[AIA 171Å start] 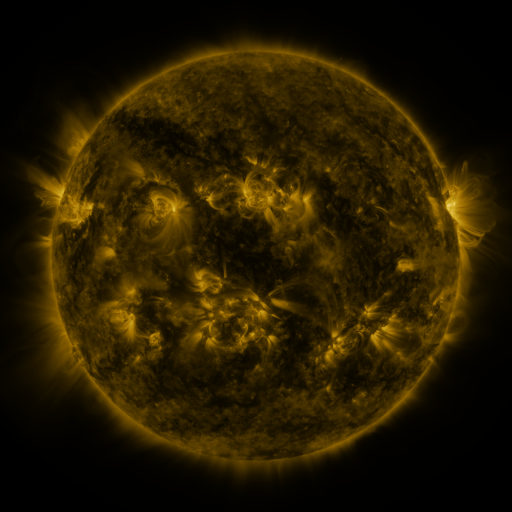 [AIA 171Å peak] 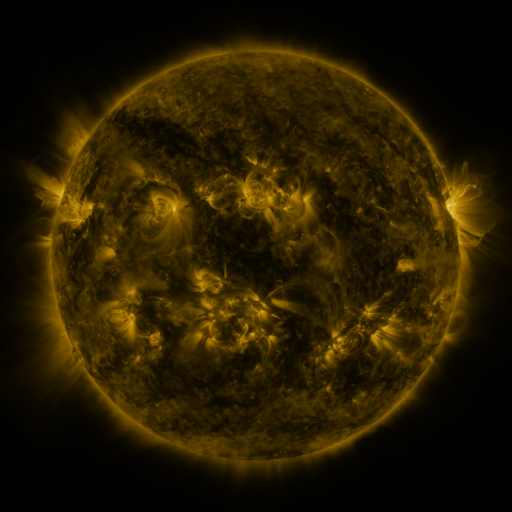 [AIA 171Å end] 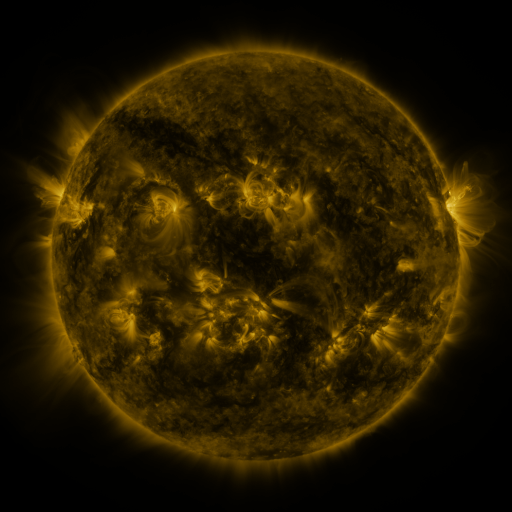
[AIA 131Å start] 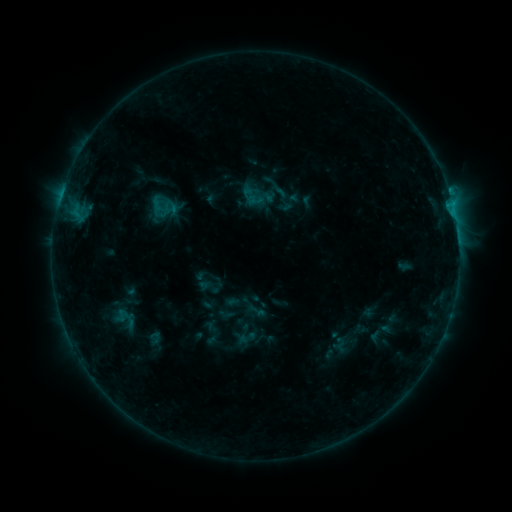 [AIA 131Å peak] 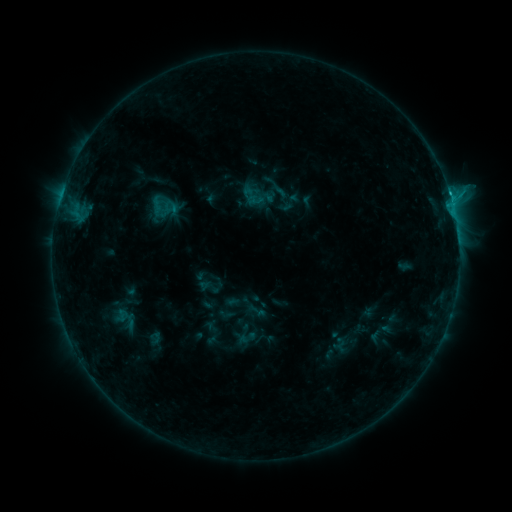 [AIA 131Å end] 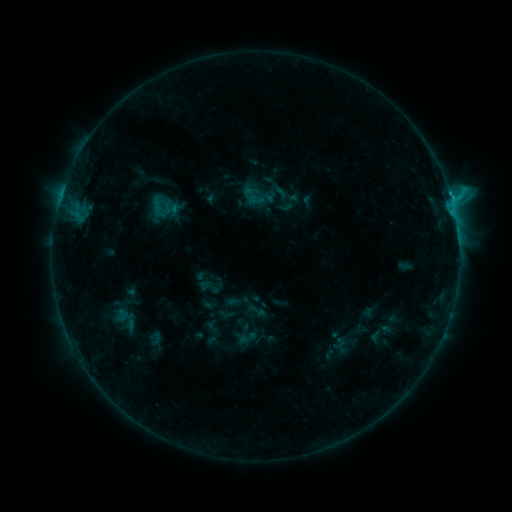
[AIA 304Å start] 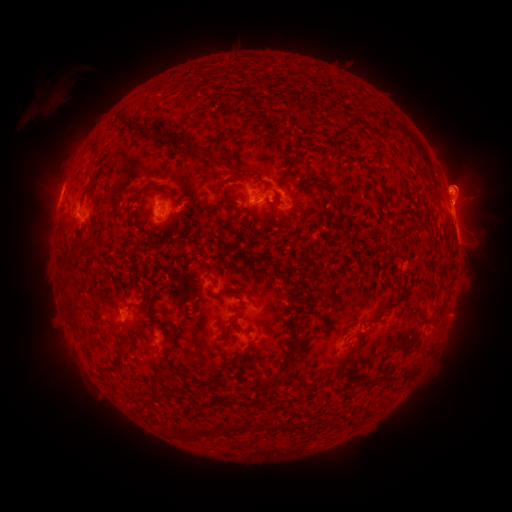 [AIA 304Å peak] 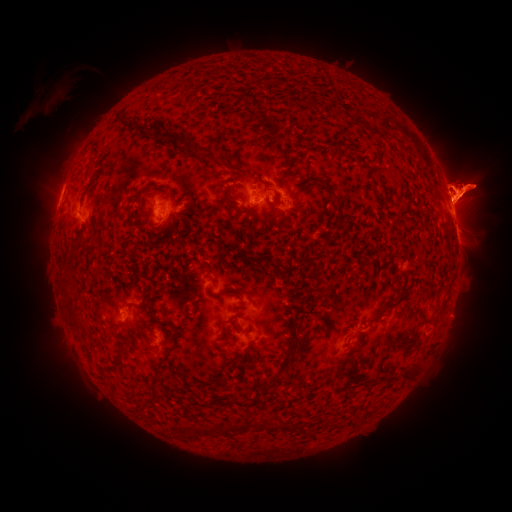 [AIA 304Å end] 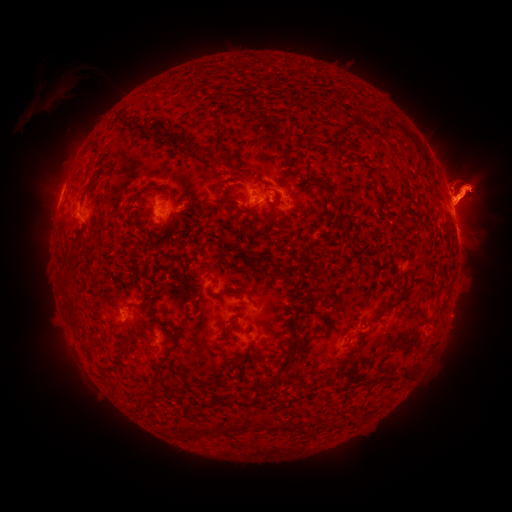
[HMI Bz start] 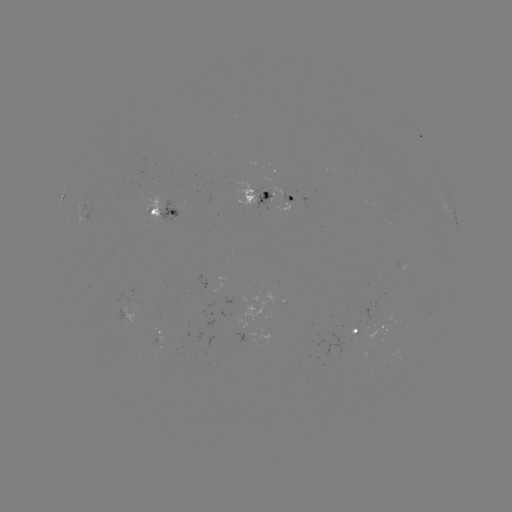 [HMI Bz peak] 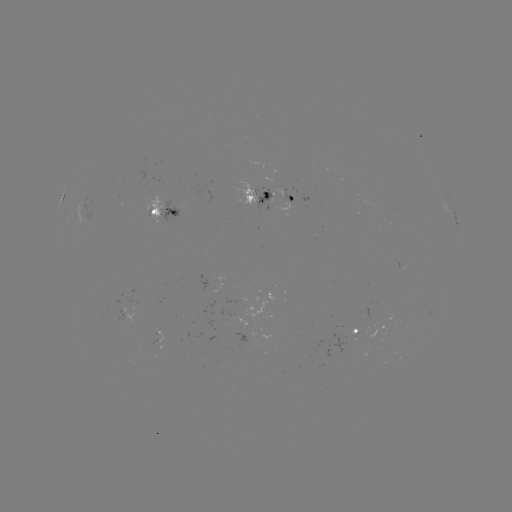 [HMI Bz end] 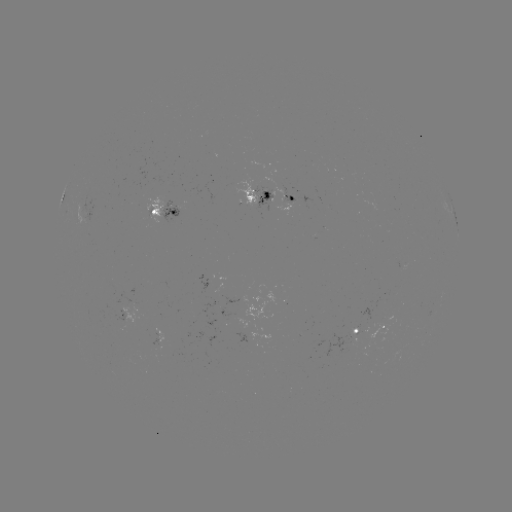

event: eruption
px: (37, 189)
